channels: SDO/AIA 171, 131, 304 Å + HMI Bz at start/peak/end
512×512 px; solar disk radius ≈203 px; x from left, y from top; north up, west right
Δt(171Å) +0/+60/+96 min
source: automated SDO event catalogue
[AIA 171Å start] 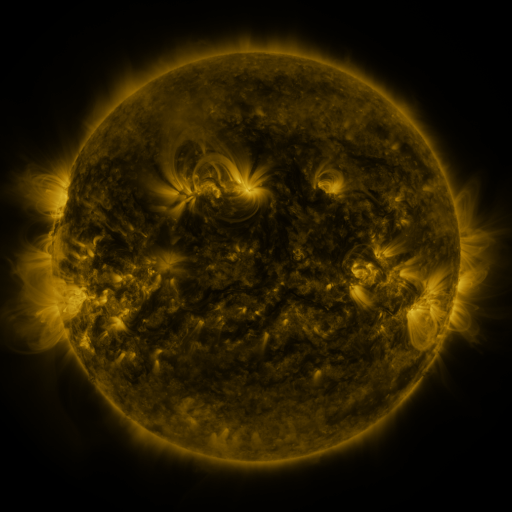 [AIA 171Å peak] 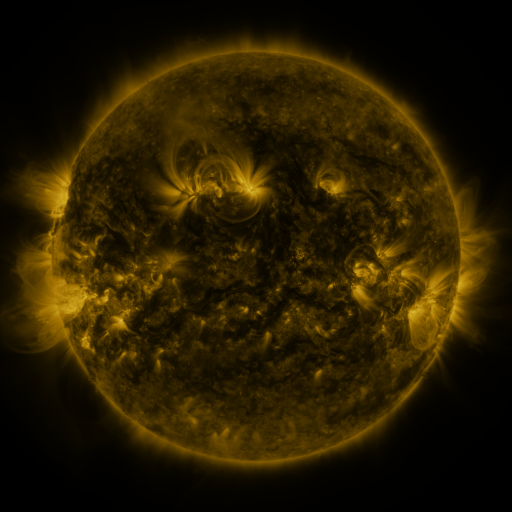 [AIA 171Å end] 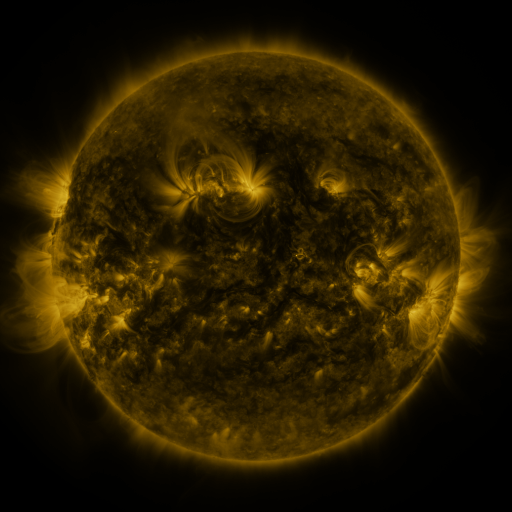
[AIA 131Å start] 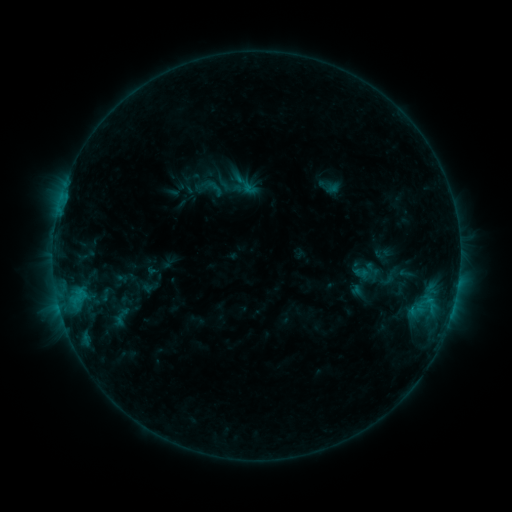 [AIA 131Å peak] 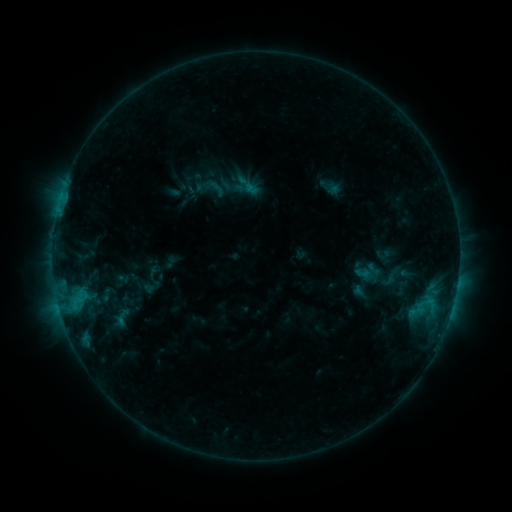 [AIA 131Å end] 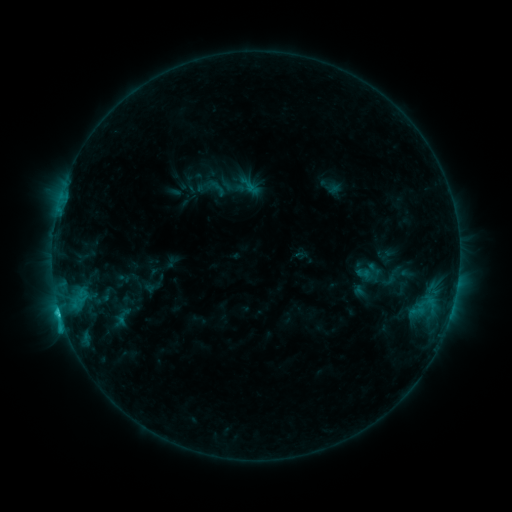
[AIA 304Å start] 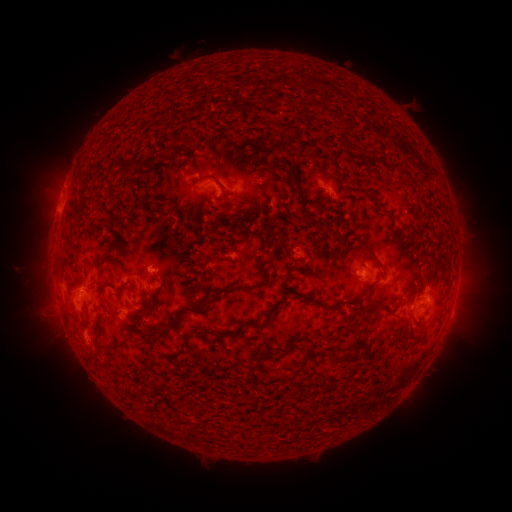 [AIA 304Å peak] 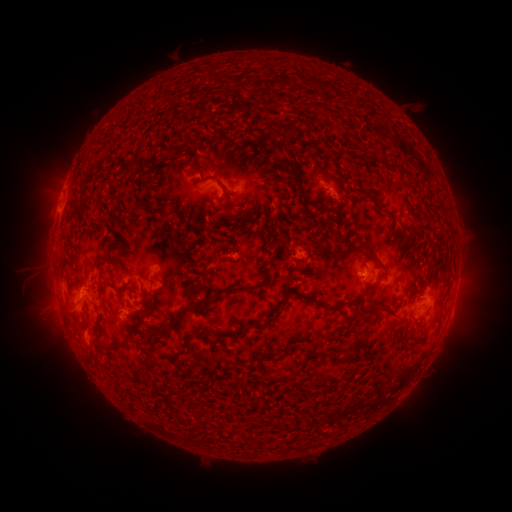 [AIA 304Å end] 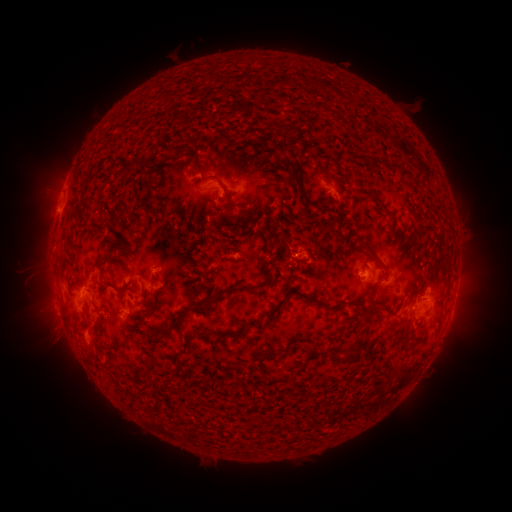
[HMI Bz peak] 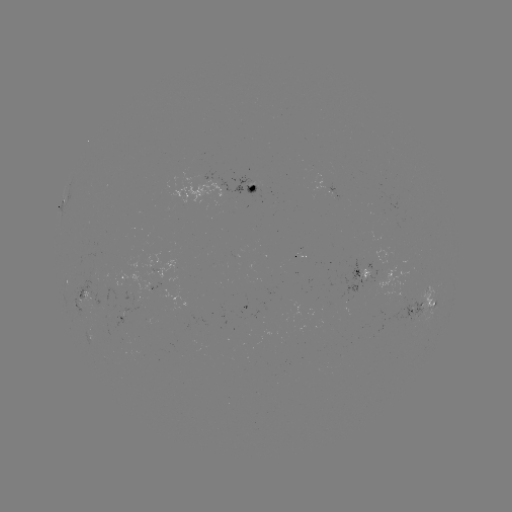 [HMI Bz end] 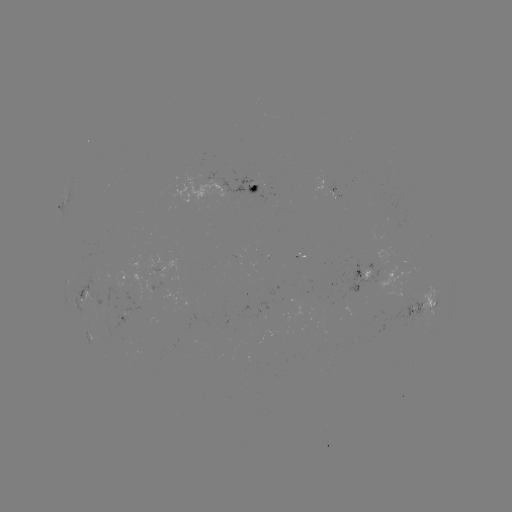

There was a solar emerging-flux region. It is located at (328, 192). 